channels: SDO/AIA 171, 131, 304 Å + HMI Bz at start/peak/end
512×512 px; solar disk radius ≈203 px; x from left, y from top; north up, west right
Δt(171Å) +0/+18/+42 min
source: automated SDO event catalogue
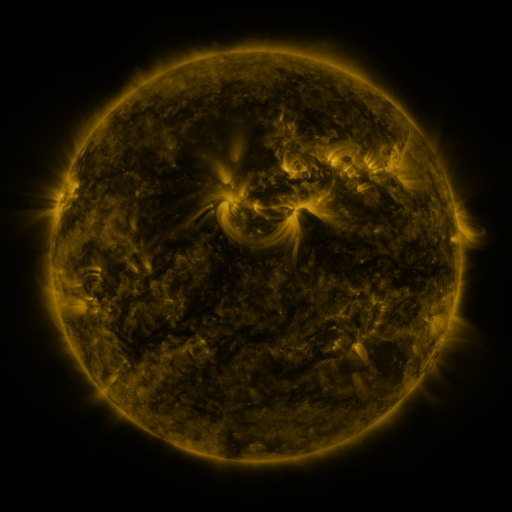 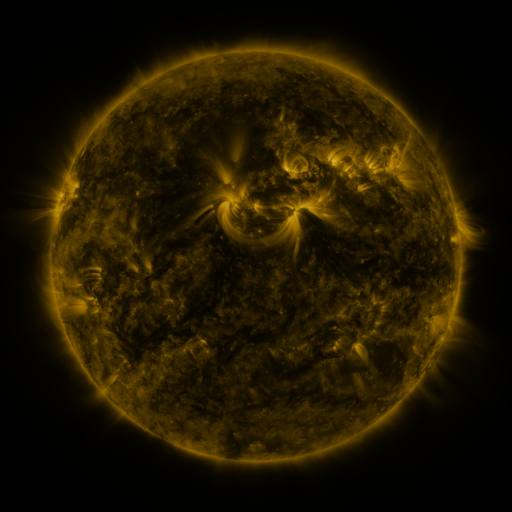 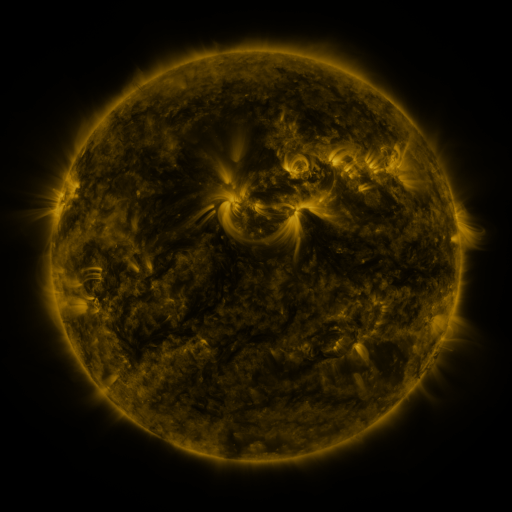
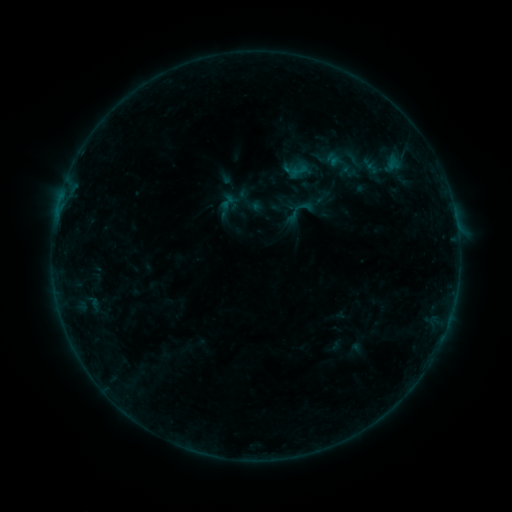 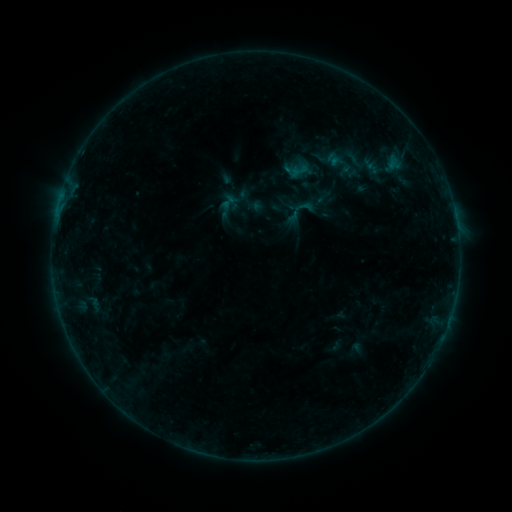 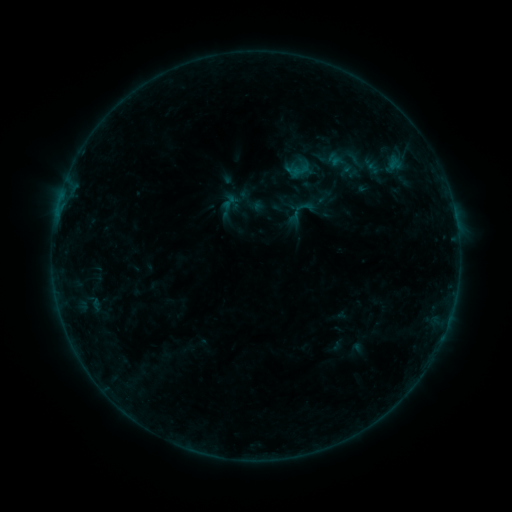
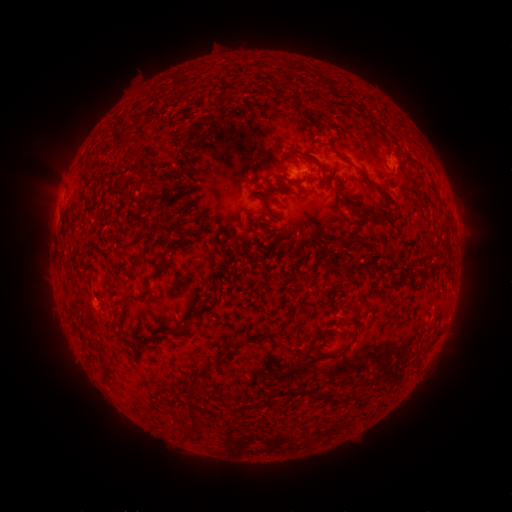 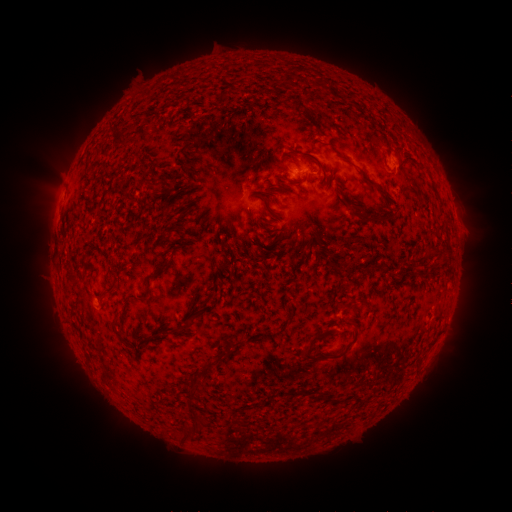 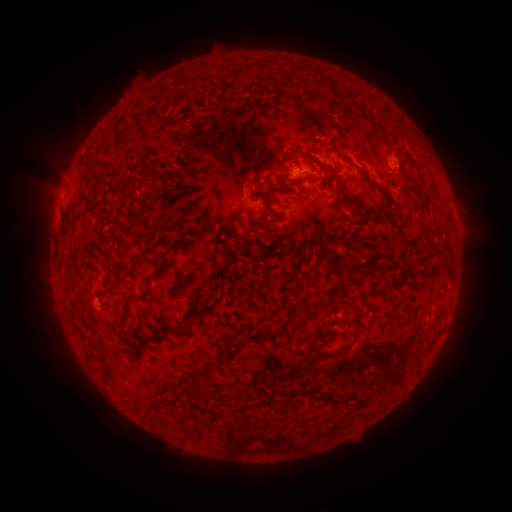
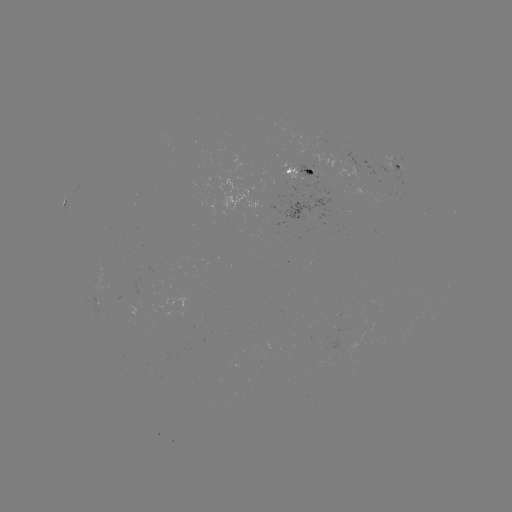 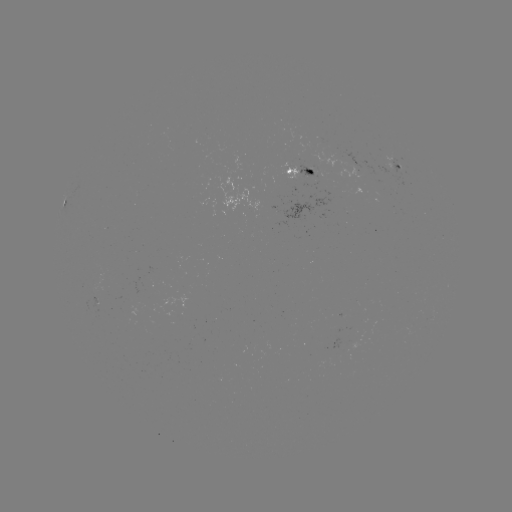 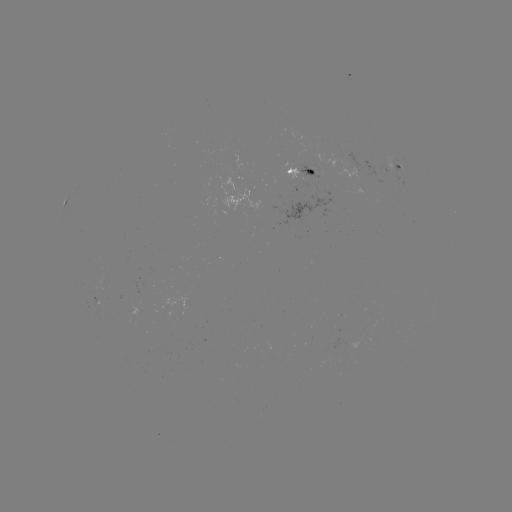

nothing was catalogued: no classed flare, no EUV trigger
